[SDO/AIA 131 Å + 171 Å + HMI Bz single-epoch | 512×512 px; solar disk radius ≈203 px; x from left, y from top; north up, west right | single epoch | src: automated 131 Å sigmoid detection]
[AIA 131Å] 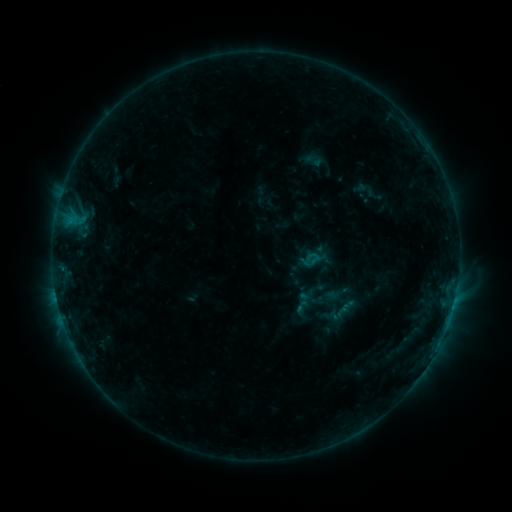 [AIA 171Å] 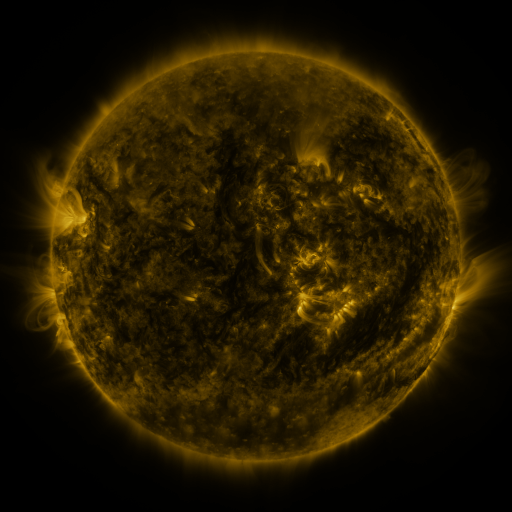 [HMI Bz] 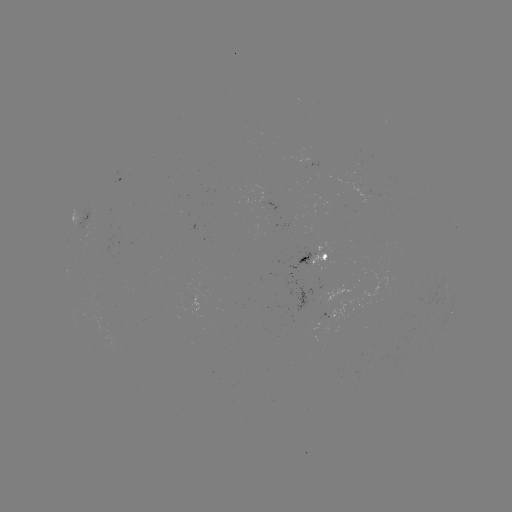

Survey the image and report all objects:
sigmoid: (365, 189)
